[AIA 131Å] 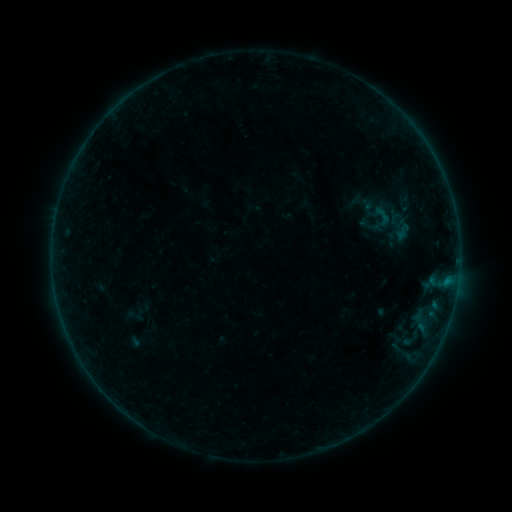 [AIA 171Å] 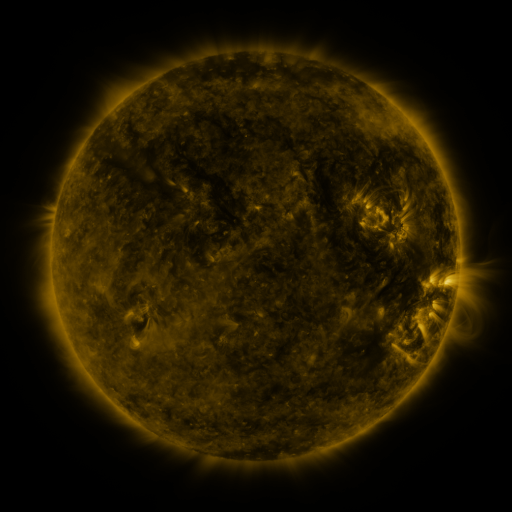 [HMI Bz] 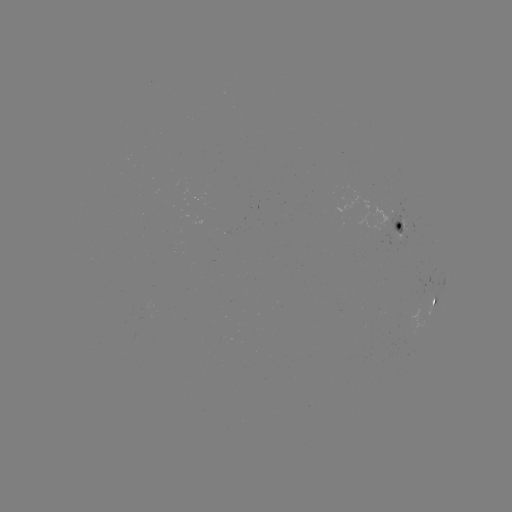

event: sigmoid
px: (383, 215)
